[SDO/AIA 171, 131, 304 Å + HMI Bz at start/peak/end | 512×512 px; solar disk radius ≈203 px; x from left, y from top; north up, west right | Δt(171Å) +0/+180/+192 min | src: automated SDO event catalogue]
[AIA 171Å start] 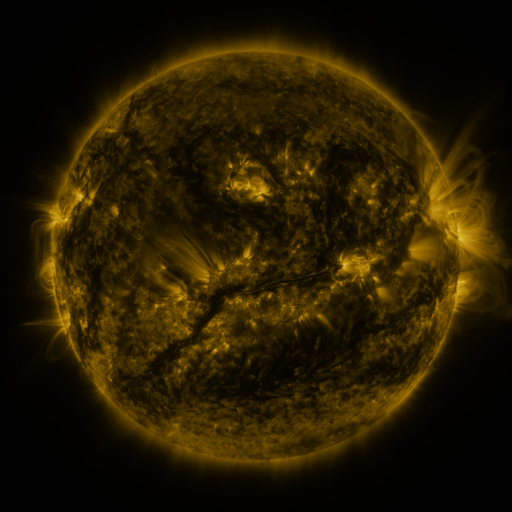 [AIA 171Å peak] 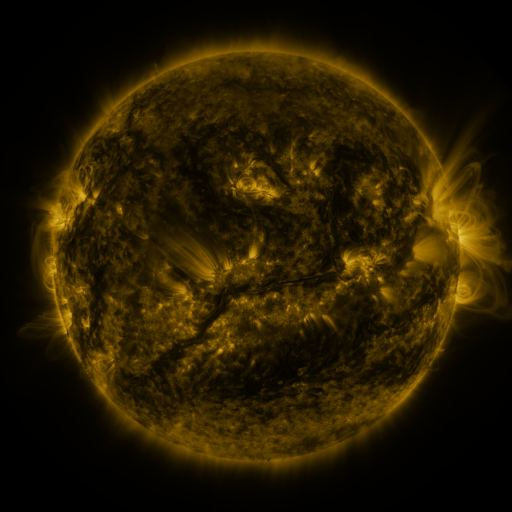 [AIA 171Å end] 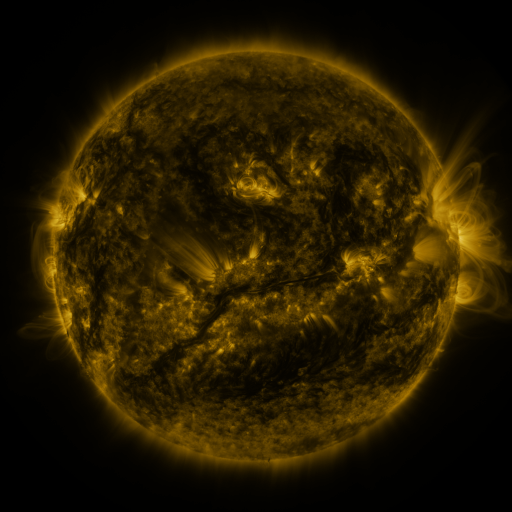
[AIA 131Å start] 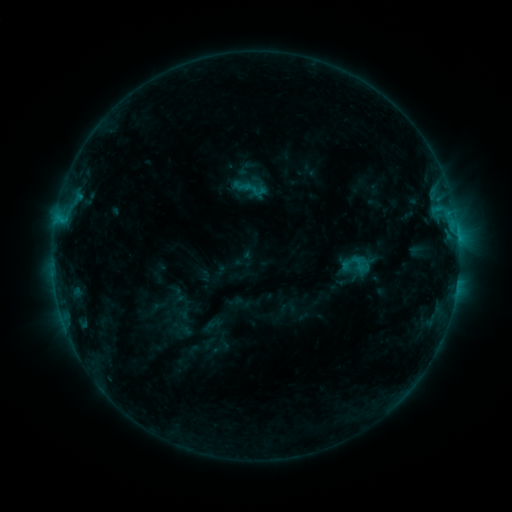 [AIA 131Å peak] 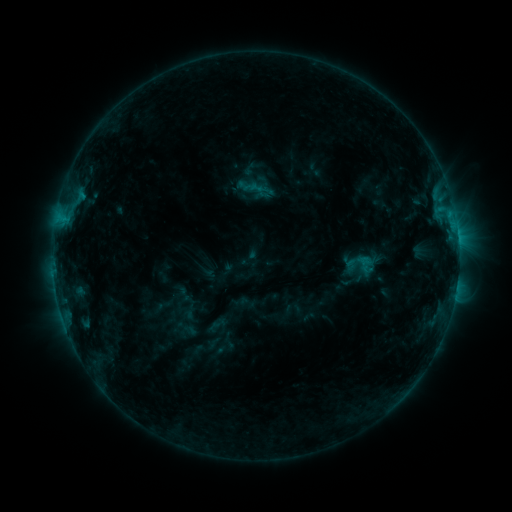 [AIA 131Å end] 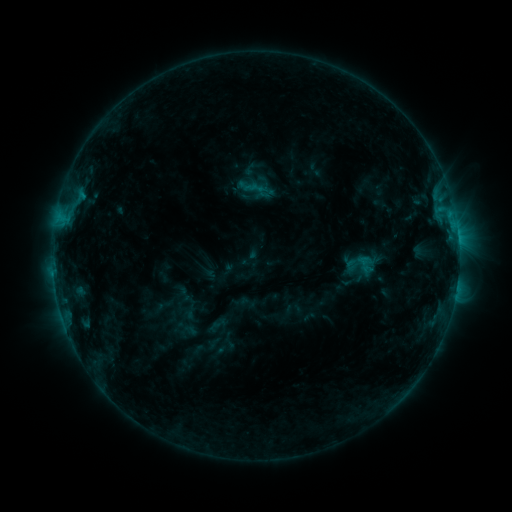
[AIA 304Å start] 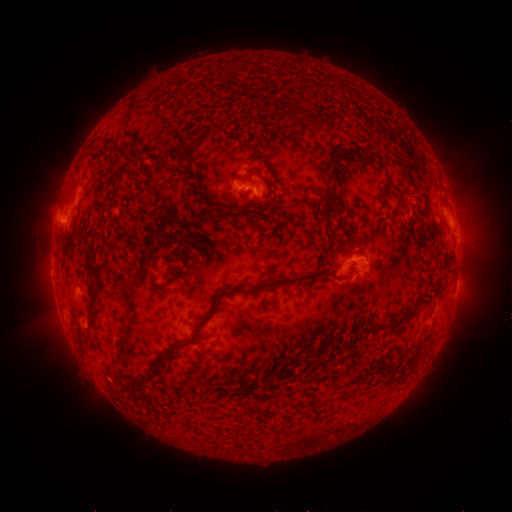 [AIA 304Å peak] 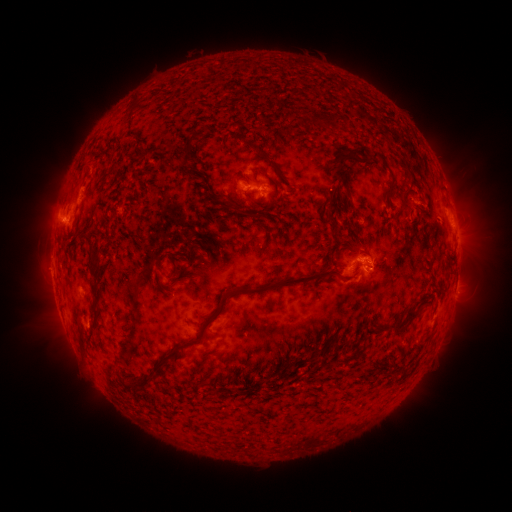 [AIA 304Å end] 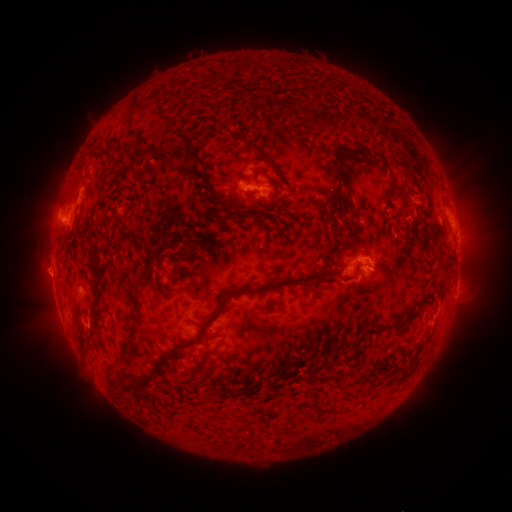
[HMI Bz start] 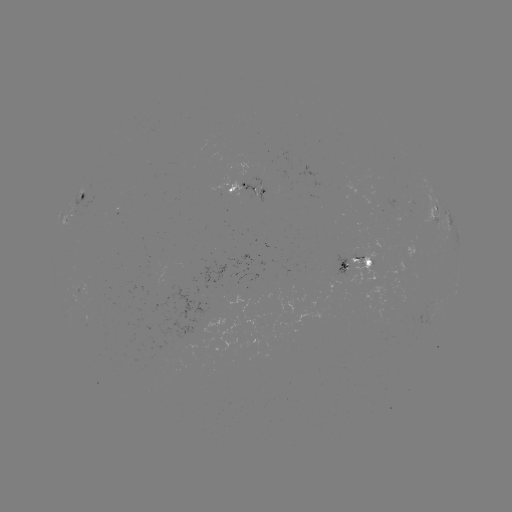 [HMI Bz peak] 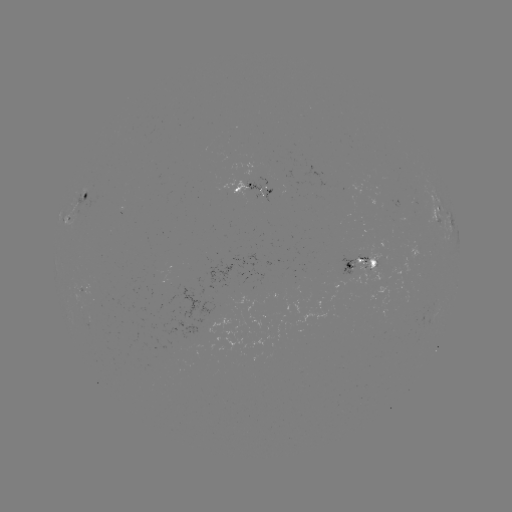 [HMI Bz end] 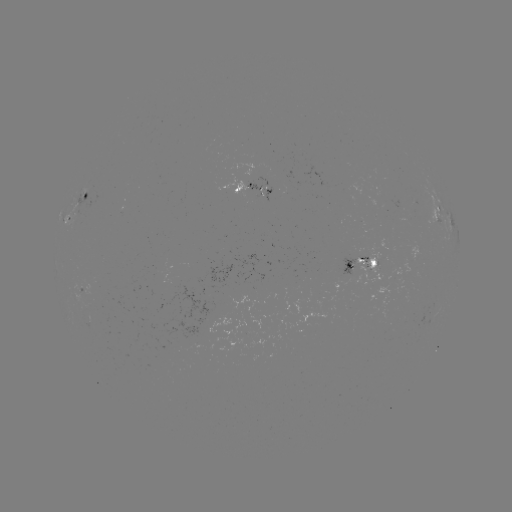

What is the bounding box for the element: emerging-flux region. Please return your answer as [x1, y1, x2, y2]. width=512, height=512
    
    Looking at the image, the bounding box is [263, 188, 271, 202].